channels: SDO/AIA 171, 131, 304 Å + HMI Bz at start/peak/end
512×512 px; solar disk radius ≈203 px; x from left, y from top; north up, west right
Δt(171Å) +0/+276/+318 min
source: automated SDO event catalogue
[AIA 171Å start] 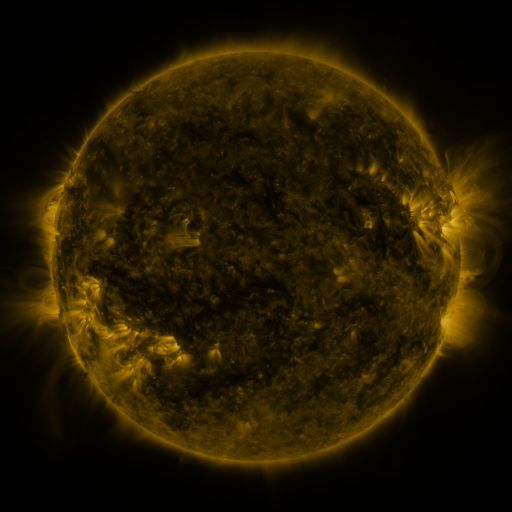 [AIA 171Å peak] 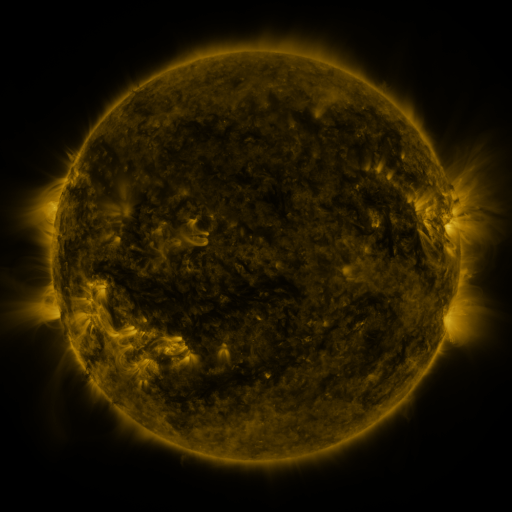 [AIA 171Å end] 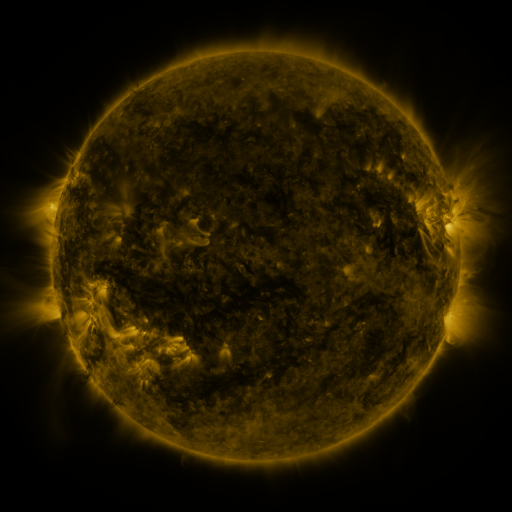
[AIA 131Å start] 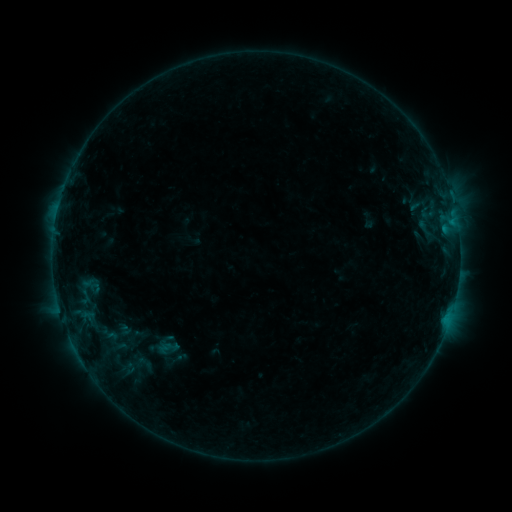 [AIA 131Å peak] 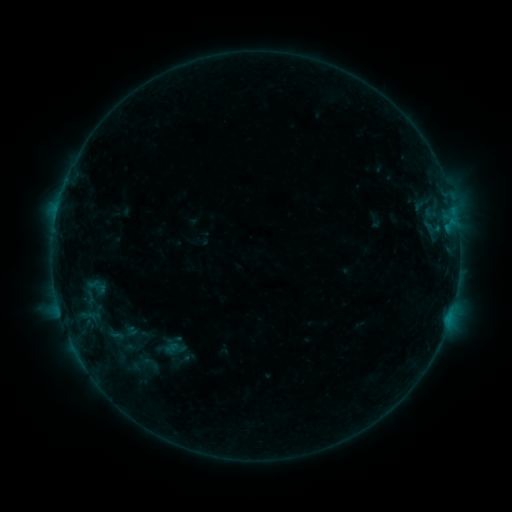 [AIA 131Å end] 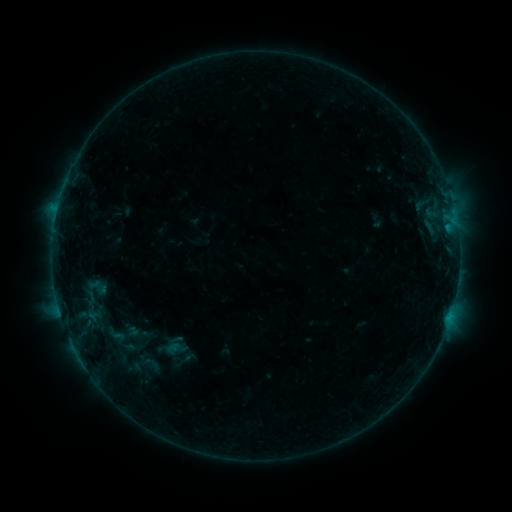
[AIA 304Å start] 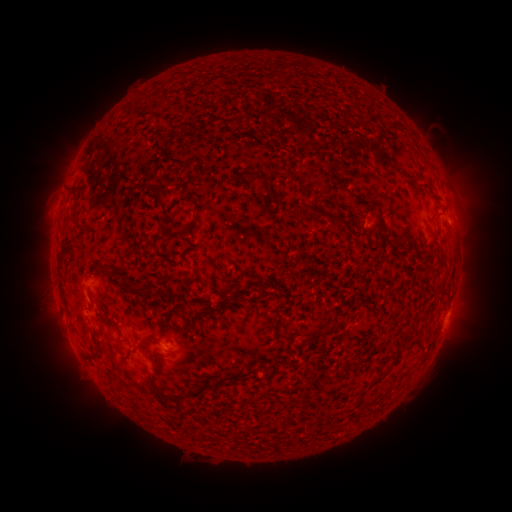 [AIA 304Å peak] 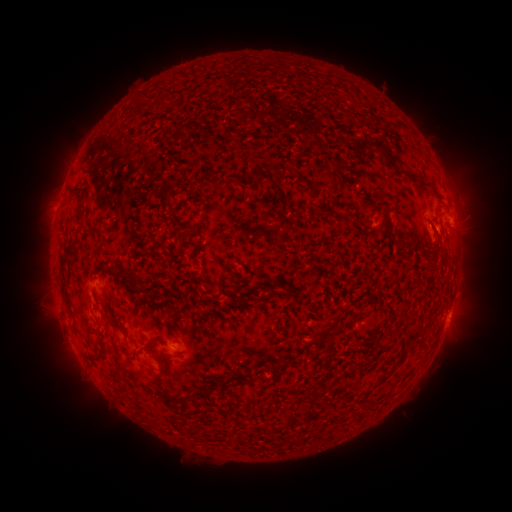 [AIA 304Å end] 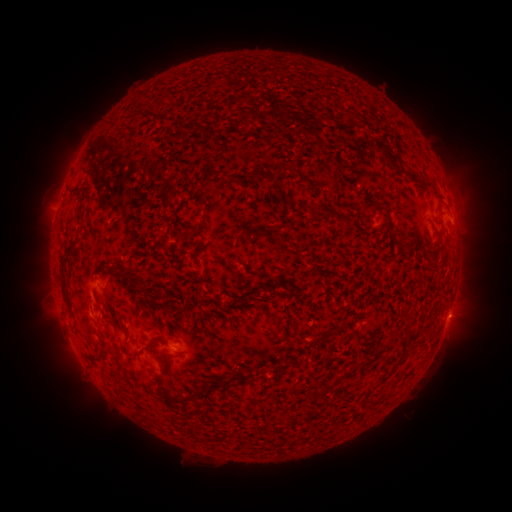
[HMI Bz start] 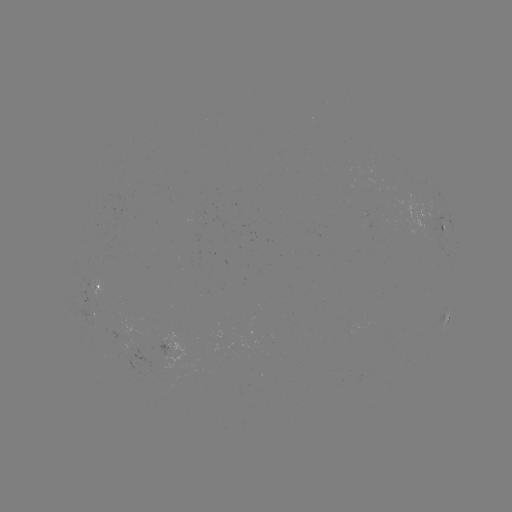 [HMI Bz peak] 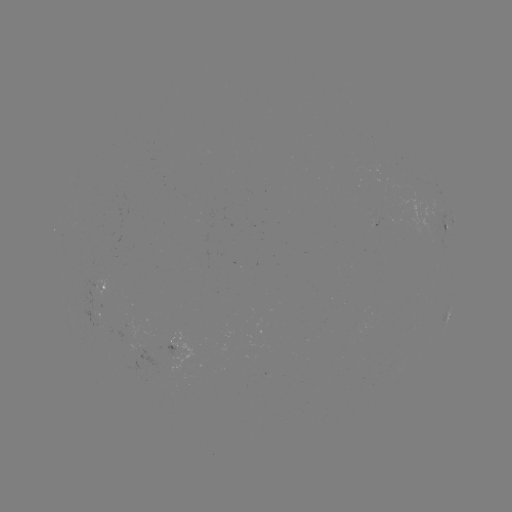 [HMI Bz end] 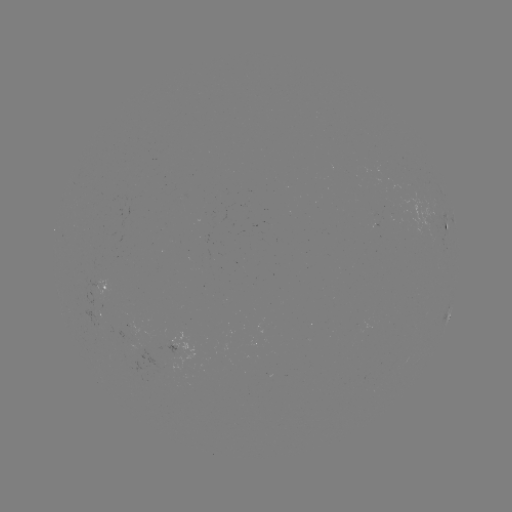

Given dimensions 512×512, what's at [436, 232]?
B5.1 flare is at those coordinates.